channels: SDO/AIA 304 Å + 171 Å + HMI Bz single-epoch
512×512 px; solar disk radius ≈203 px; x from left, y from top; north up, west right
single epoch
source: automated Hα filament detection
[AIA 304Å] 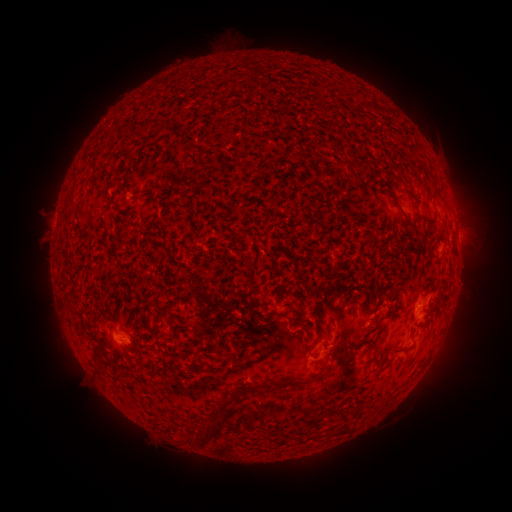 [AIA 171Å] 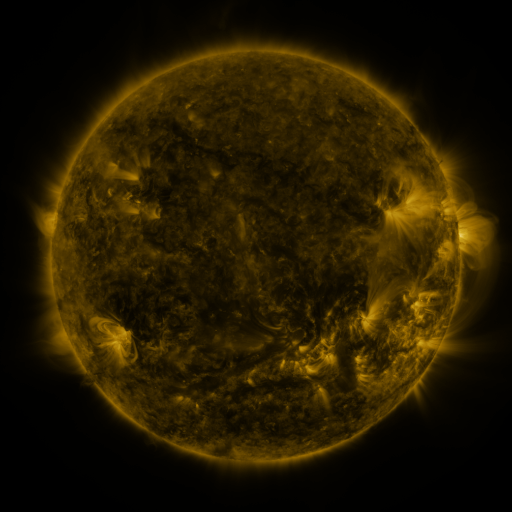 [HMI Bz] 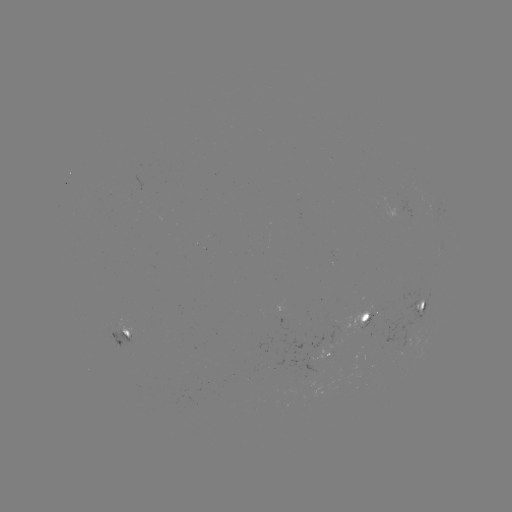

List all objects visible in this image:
filament: [138, 121, 154, 134]
filament: [116, 125, 129, 135]
filament: [187, 142, 204, 156]
filament: [308, 181, 322, 189]
filament: [391, 195, 406, 215]
filament: [334, 284, 366, 323]
filament: [151, 309, 166, 332]
filament: [292, 314, 304, 324]
filament: [205, 344, 221, 354]
filament: [374, 344, 380, 357]
filament: [325, 345, 344, 361]
filament: [93, 348, 105, 361]
filament: [95, 369, 105, 377]
filament: [315, 370, 324, 379]
filament: [235, 385, 249, 400]
filament: [197, 414, 228, 447]
filament: [187, 424, 197, 437]
